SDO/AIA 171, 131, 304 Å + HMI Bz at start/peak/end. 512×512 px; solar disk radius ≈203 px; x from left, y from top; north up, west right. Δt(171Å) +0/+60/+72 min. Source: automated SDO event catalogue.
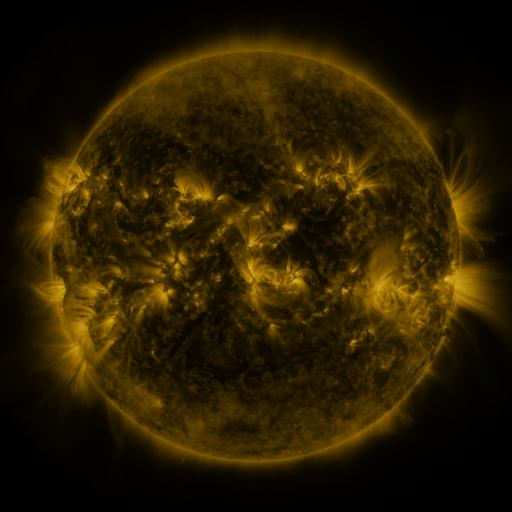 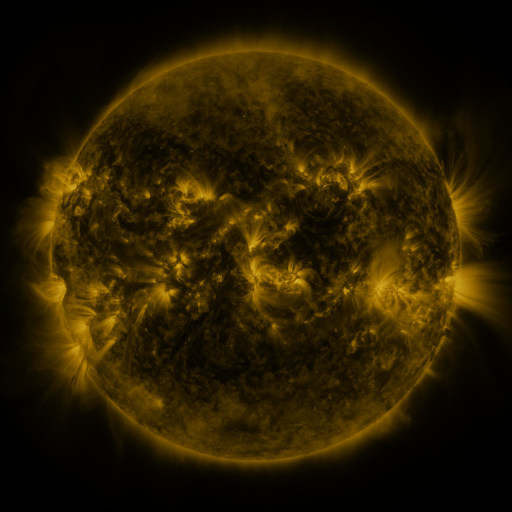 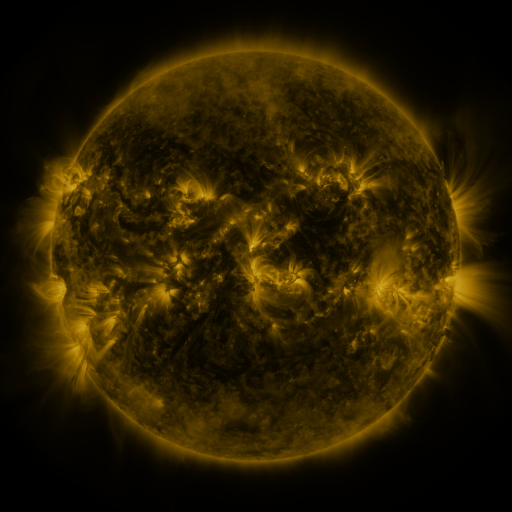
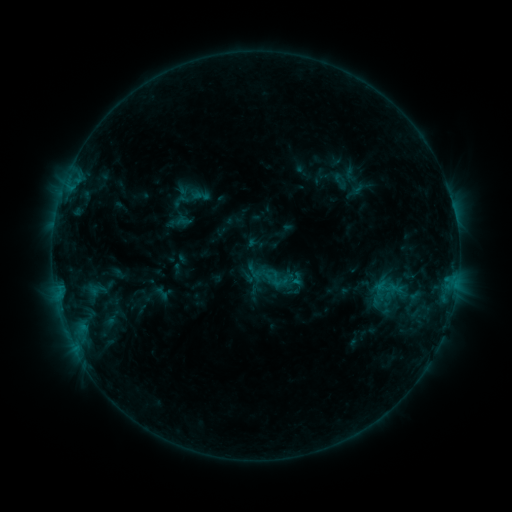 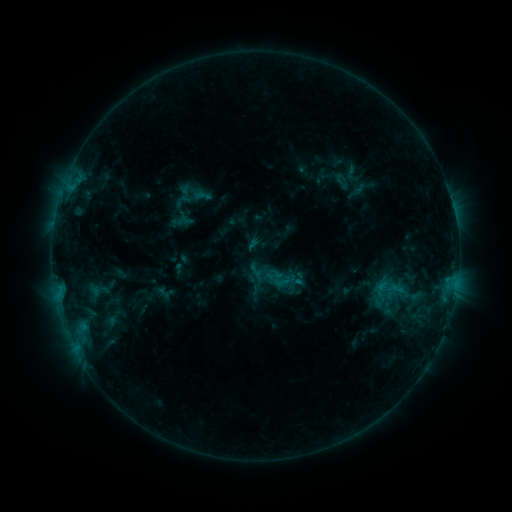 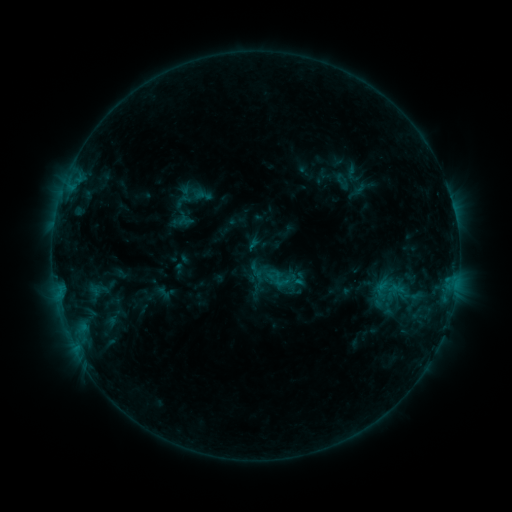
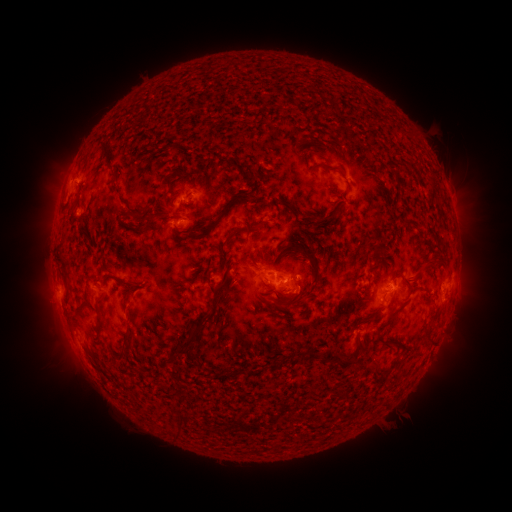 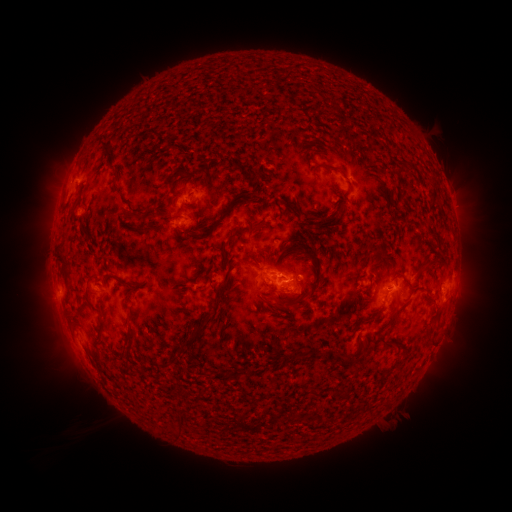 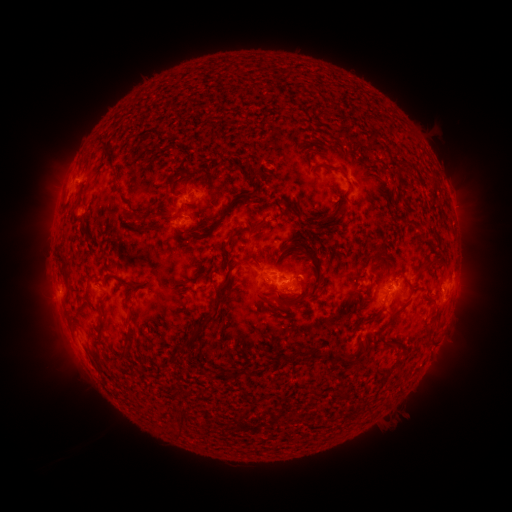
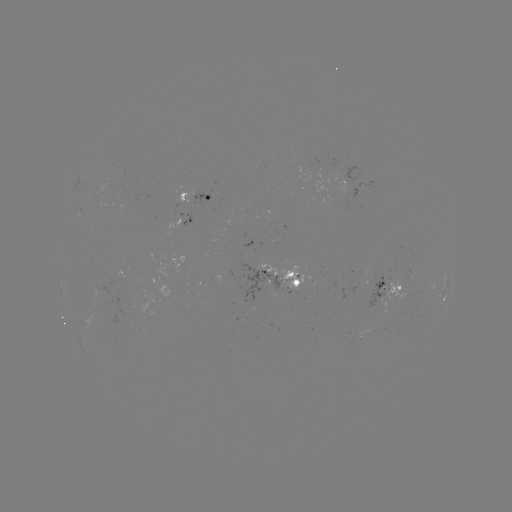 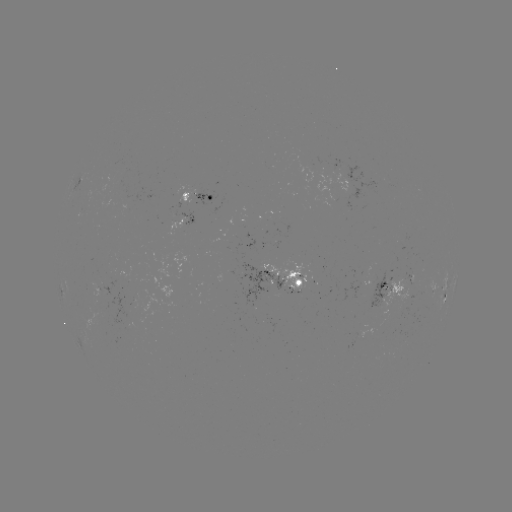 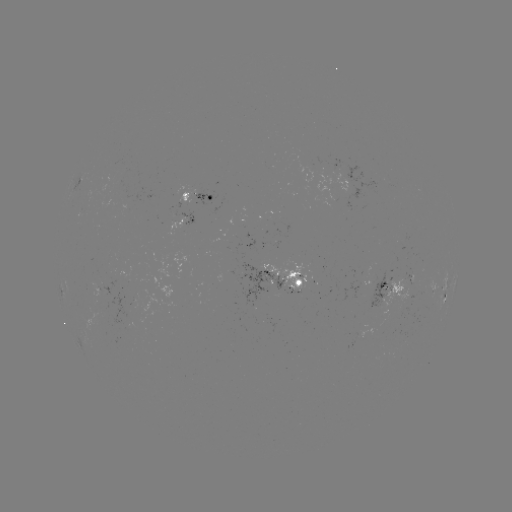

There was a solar emerging-flux region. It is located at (364, 335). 